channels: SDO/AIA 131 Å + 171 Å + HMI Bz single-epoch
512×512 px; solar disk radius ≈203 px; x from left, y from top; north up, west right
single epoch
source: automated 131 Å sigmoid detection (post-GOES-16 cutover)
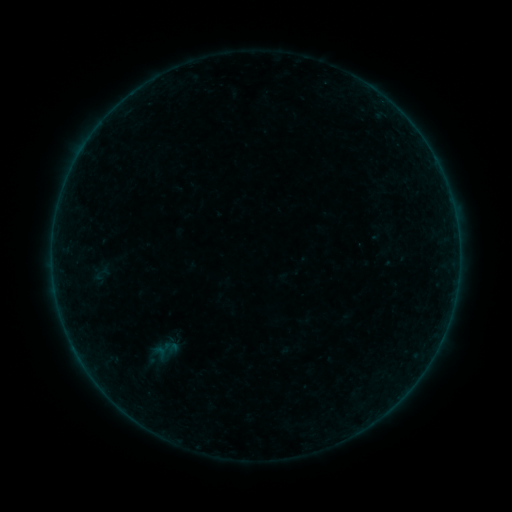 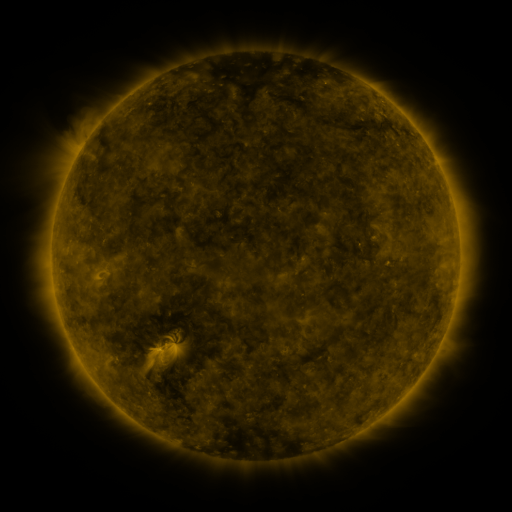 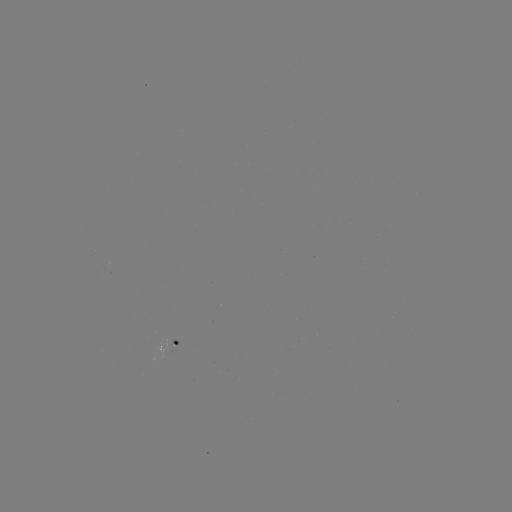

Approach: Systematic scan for sigmoid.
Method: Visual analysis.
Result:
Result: sigmoid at [102, 272].